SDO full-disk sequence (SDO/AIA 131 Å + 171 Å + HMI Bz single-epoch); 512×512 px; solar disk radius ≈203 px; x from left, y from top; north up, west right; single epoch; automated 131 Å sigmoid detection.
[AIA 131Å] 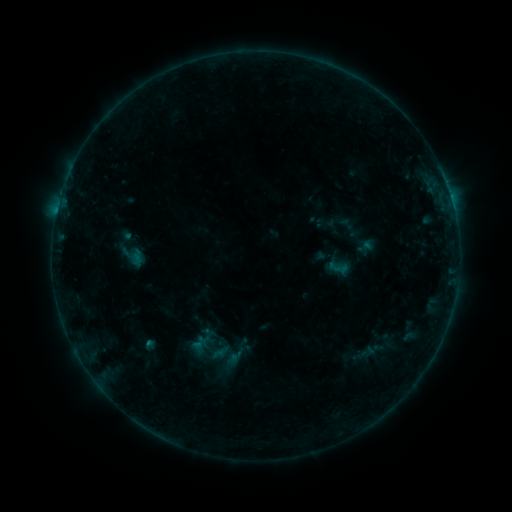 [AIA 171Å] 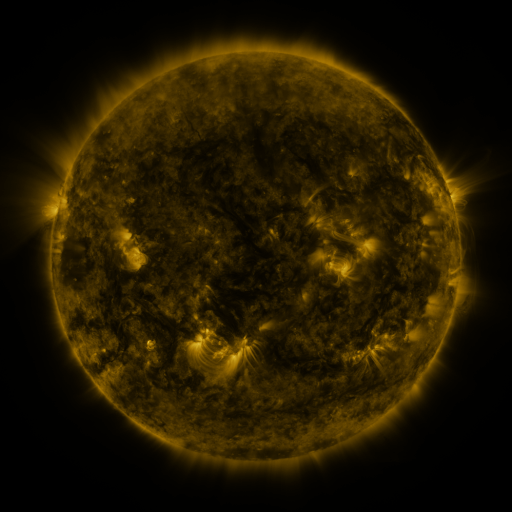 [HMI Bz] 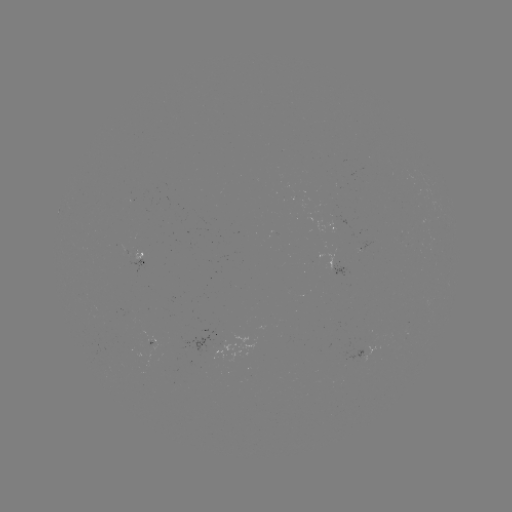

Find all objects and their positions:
sigmoid: (364, 246)
